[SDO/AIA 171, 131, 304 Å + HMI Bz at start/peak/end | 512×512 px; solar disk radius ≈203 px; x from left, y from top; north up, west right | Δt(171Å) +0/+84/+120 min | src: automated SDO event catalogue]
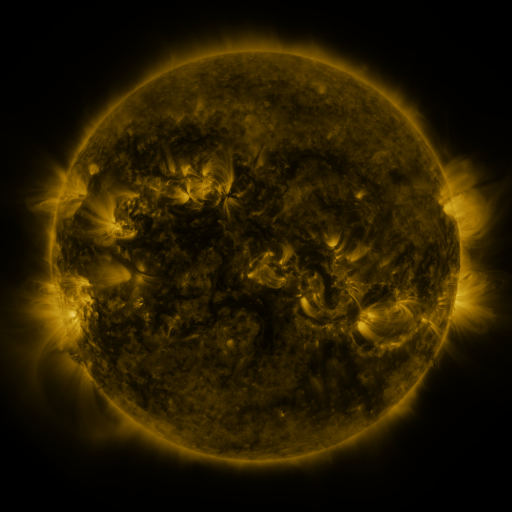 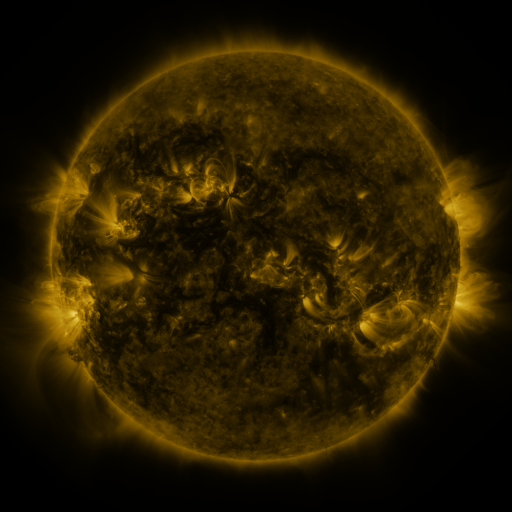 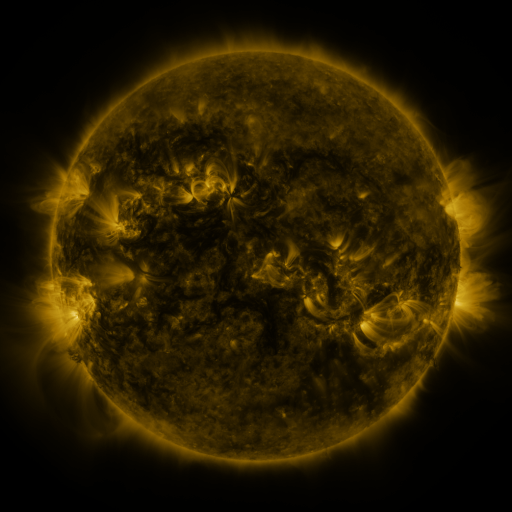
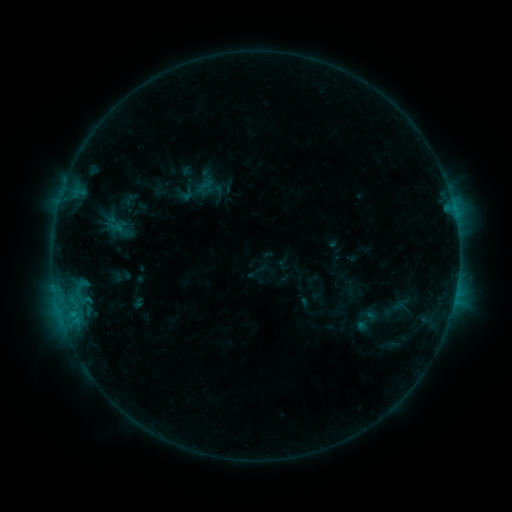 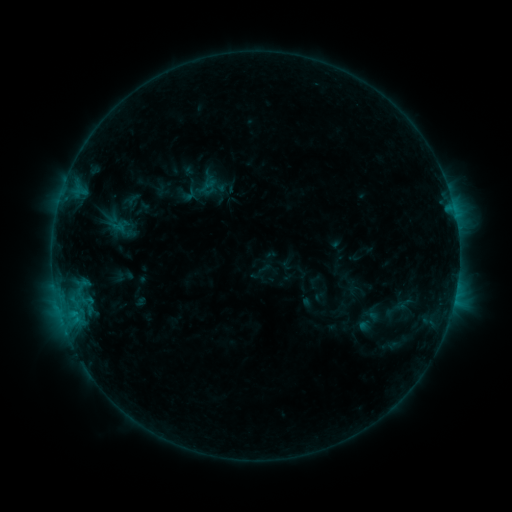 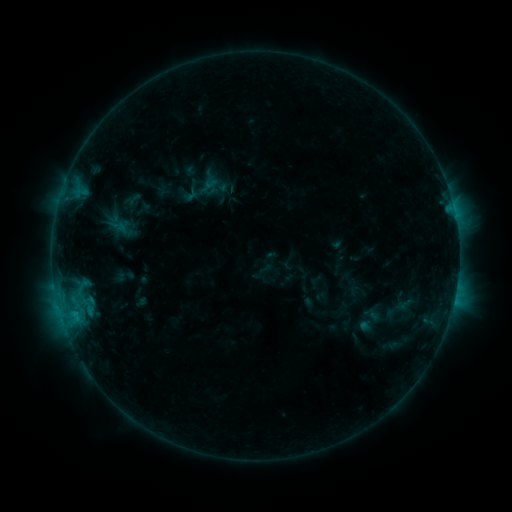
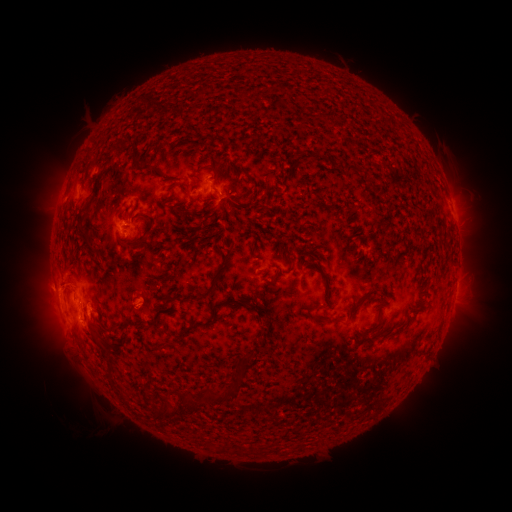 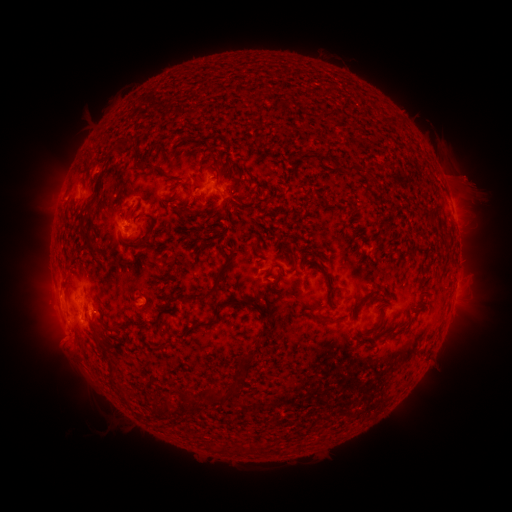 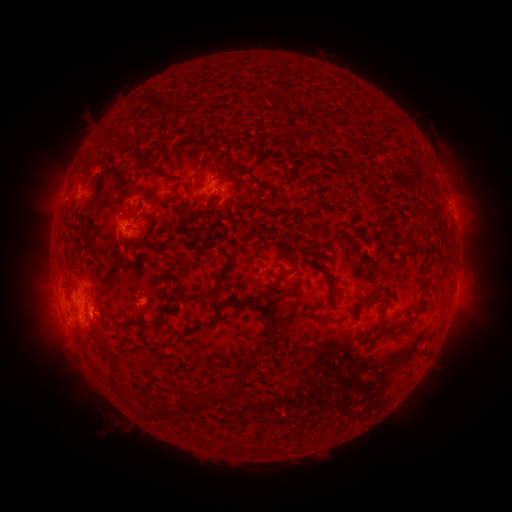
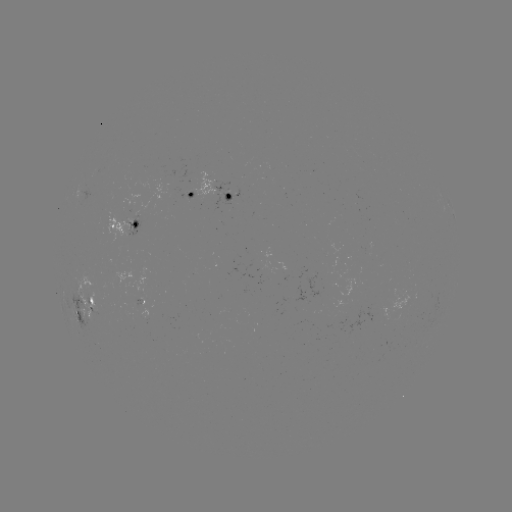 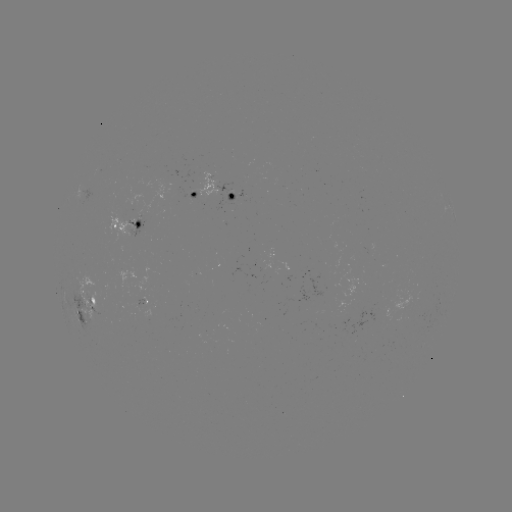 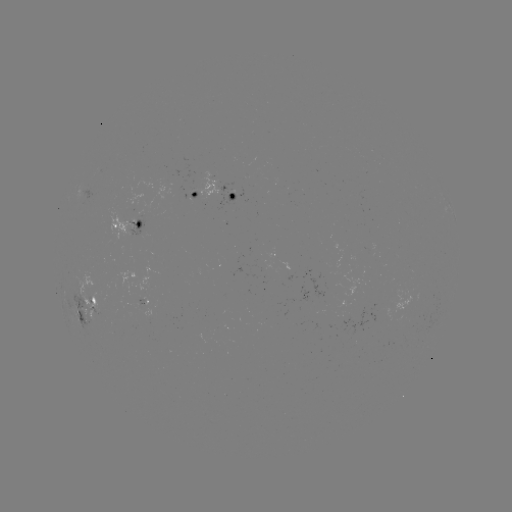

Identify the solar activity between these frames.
emerging-flux region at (227, 195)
